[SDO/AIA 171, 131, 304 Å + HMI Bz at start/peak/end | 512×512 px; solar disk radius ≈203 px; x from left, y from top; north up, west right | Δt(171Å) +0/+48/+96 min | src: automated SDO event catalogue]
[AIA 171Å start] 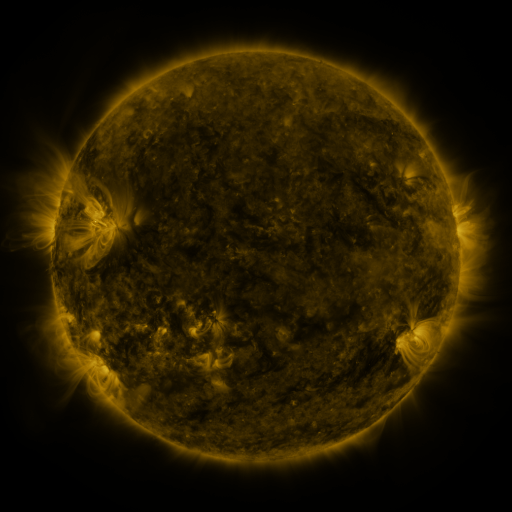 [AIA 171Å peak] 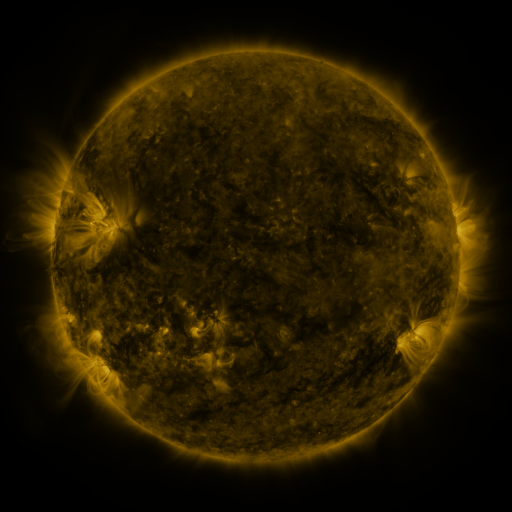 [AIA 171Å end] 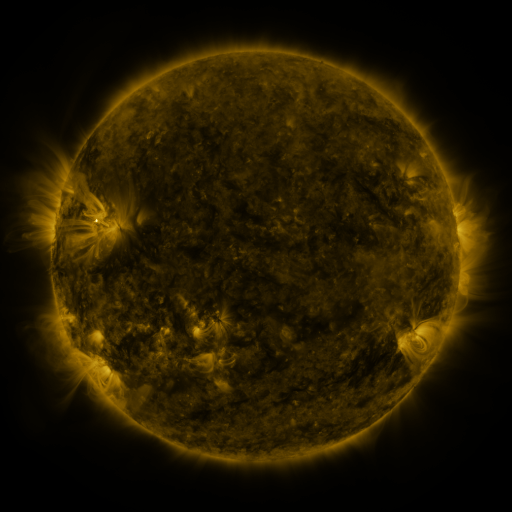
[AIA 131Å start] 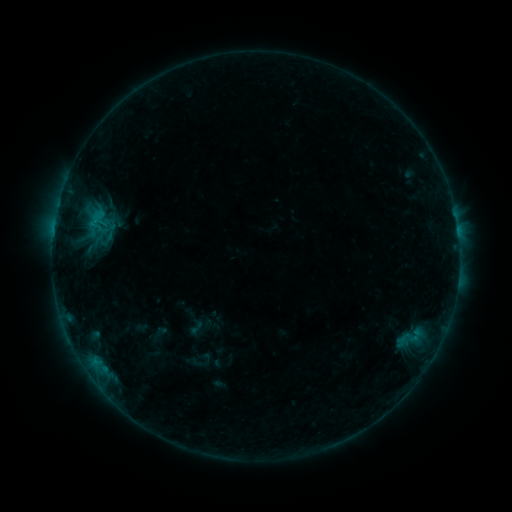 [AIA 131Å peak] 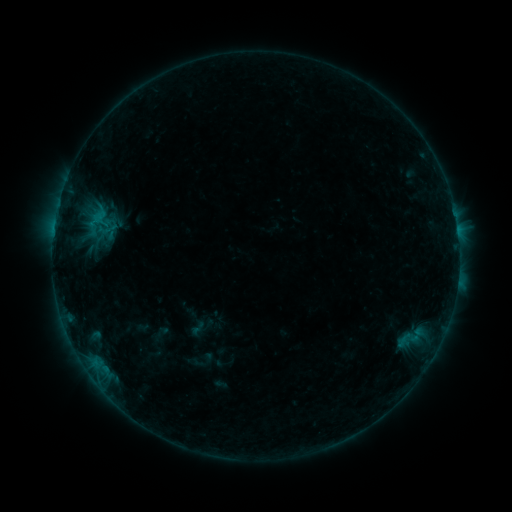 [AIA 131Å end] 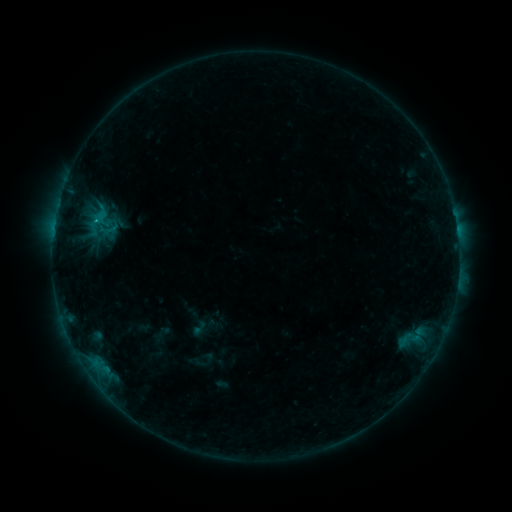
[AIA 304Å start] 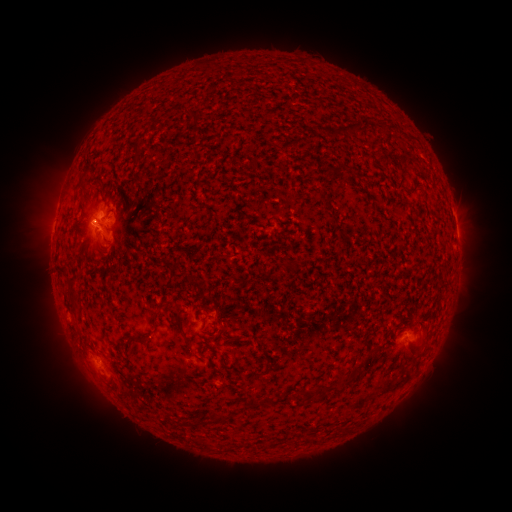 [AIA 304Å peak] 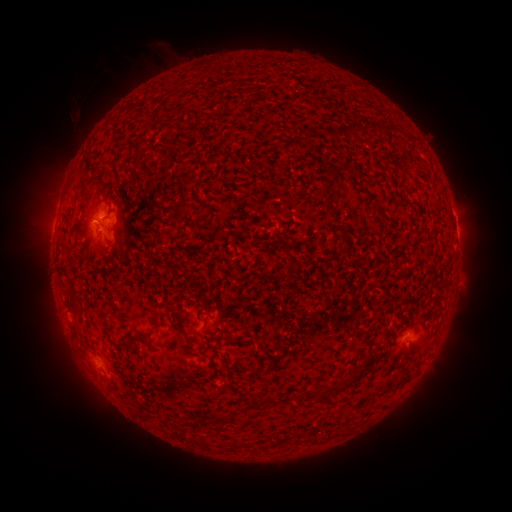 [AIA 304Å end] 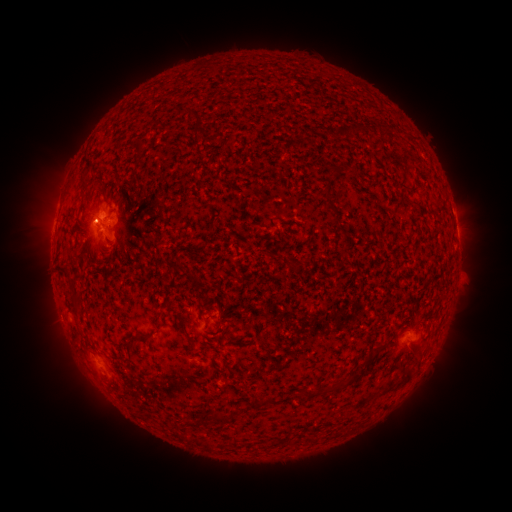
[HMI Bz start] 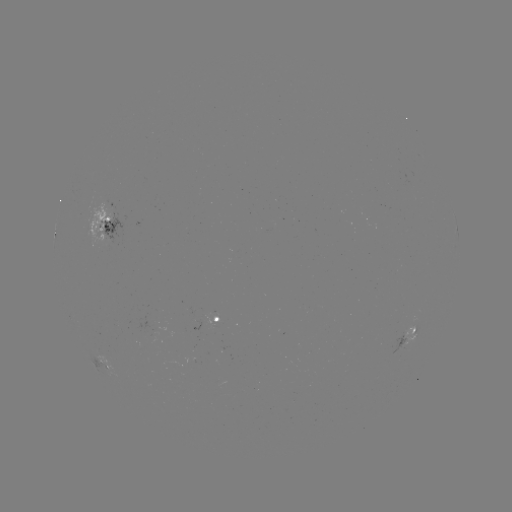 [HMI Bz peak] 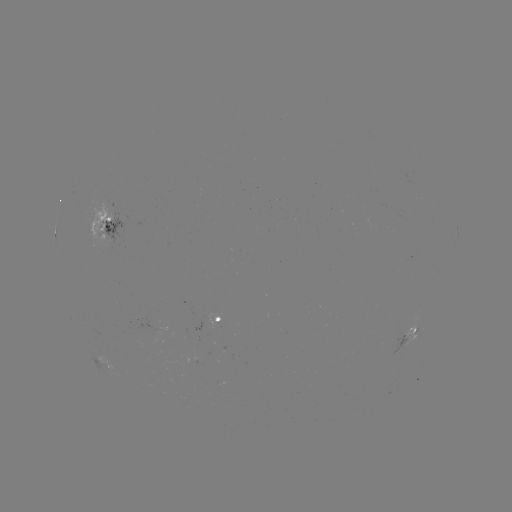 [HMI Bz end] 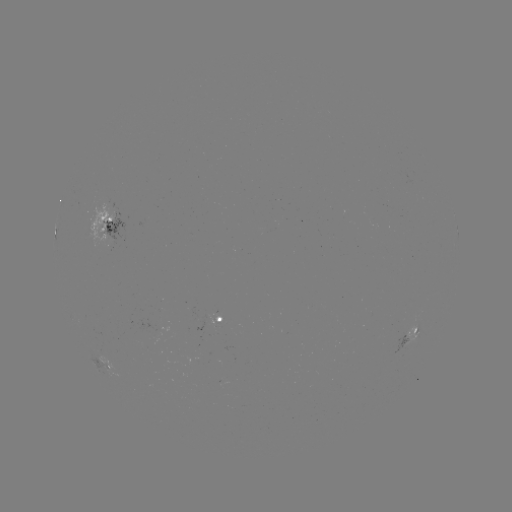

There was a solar filament eruption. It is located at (127, 83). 